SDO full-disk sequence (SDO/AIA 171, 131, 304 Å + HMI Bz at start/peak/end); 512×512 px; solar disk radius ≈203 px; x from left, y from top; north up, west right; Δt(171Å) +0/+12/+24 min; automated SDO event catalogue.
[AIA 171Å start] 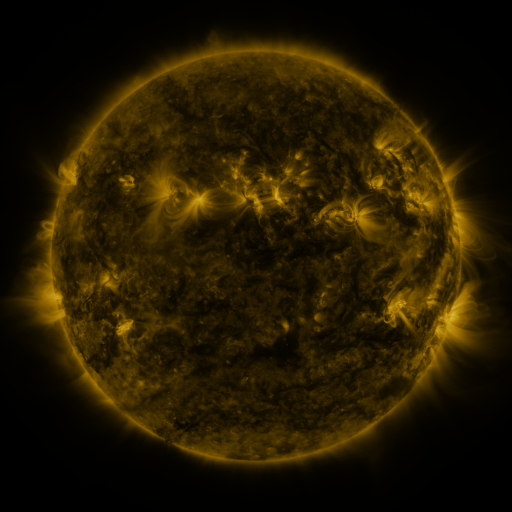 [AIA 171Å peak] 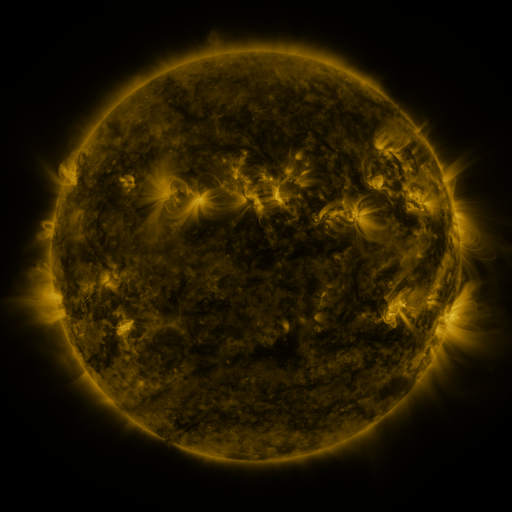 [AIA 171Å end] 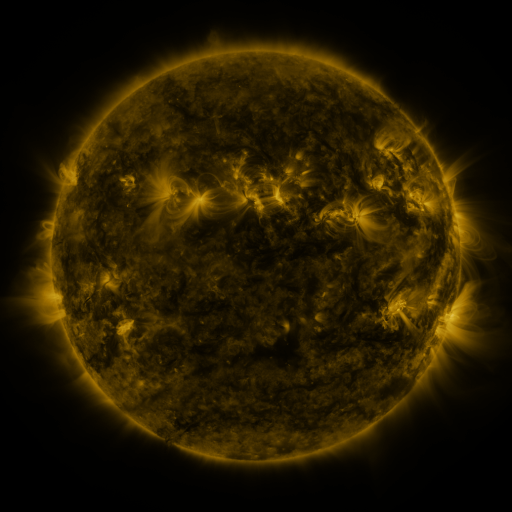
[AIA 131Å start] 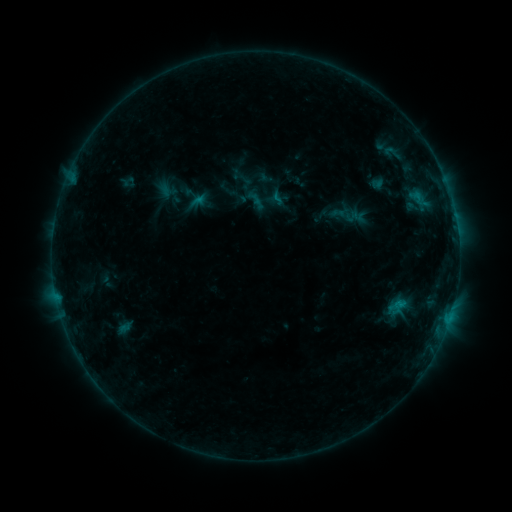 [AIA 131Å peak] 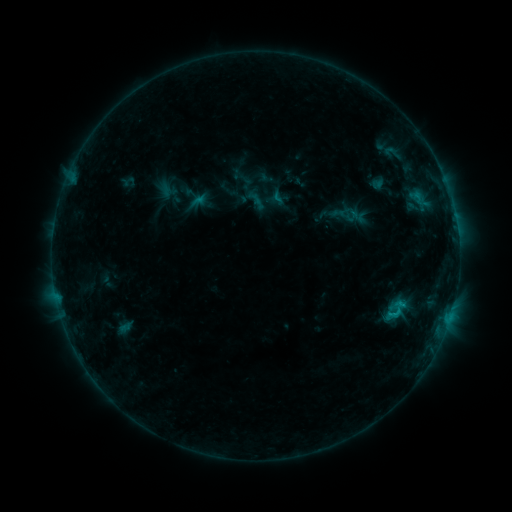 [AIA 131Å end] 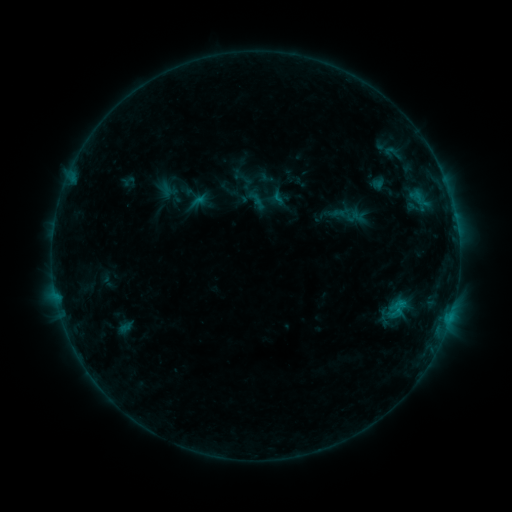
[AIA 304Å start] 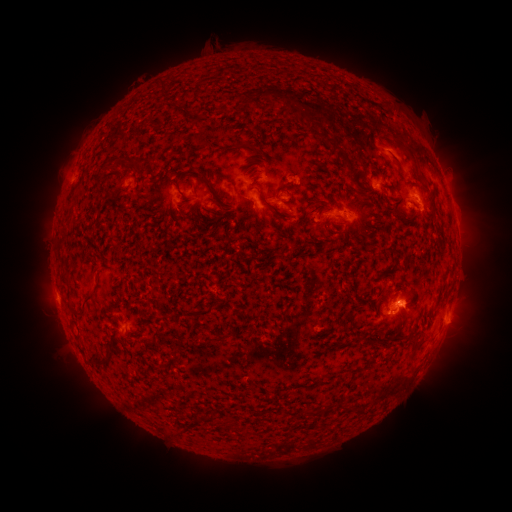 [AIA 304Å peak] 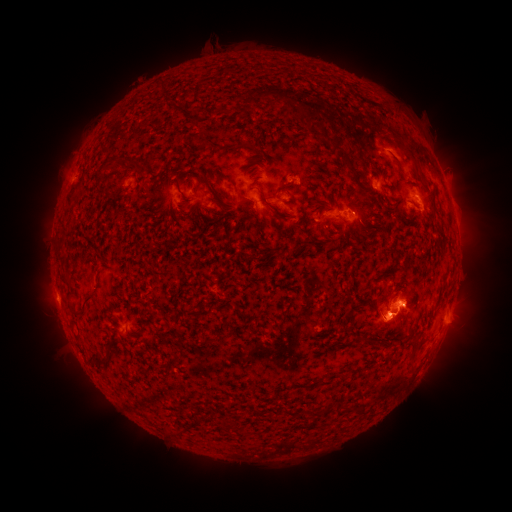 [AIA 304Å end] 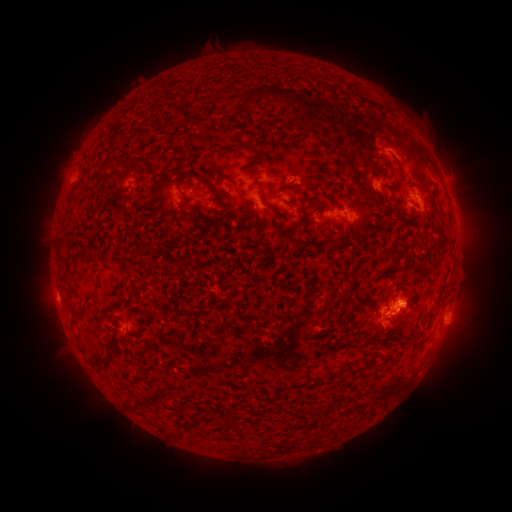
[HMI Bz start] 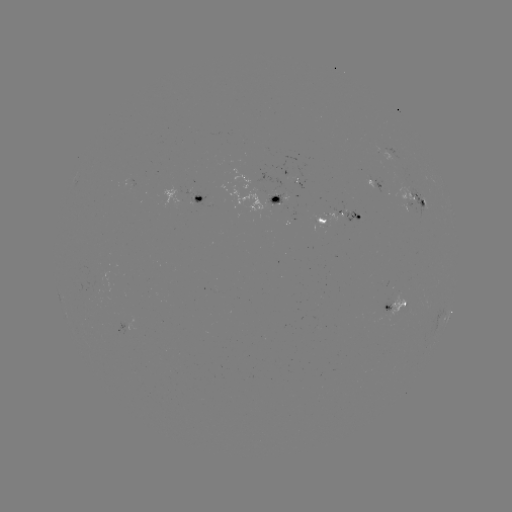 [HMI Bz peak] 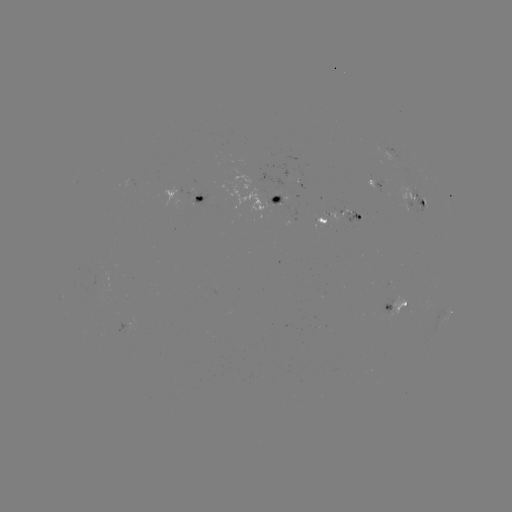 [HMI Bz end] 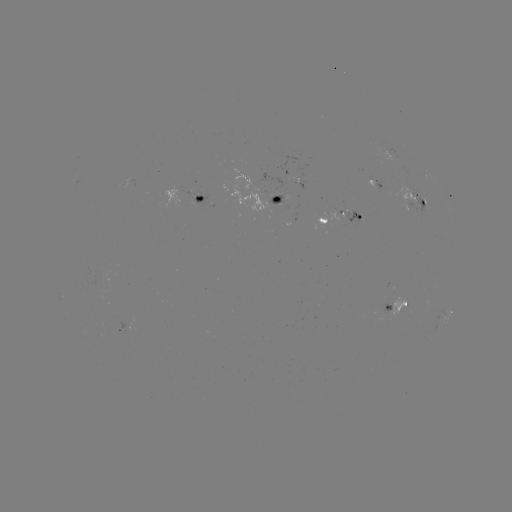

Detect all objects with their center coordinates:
B8.8 flare: (395, 312)
